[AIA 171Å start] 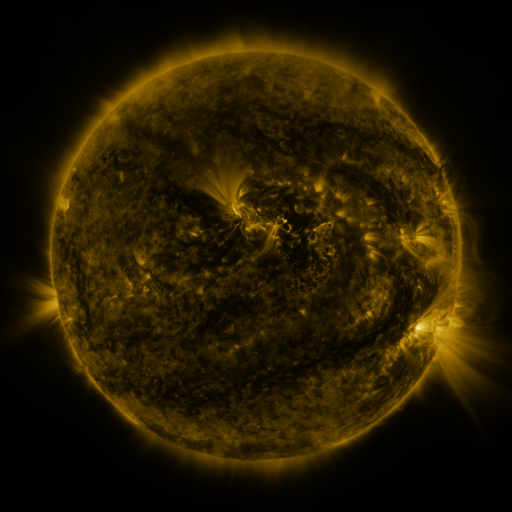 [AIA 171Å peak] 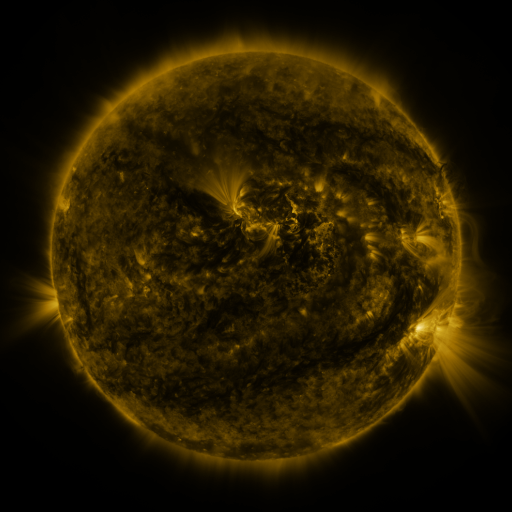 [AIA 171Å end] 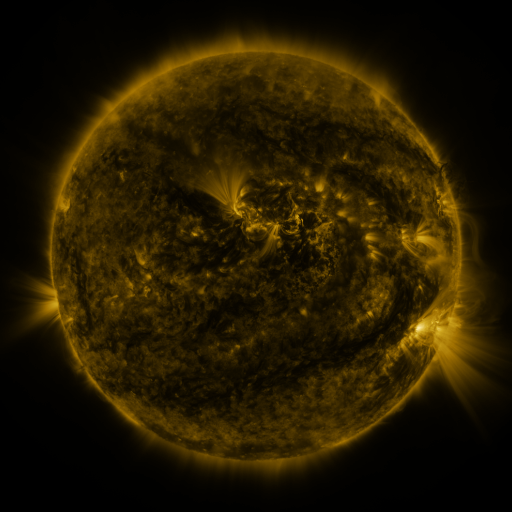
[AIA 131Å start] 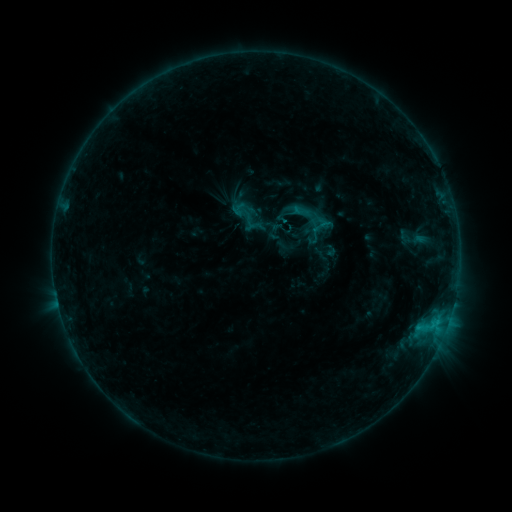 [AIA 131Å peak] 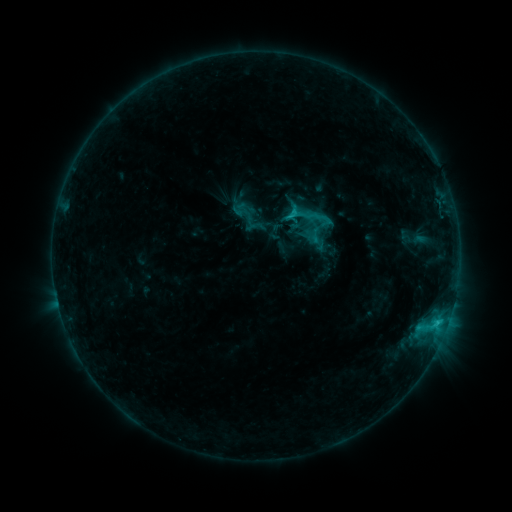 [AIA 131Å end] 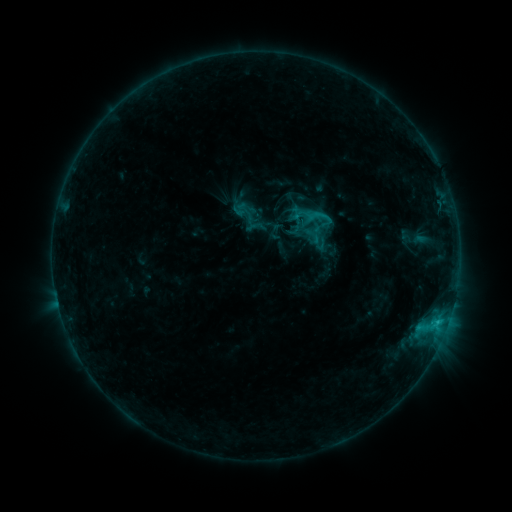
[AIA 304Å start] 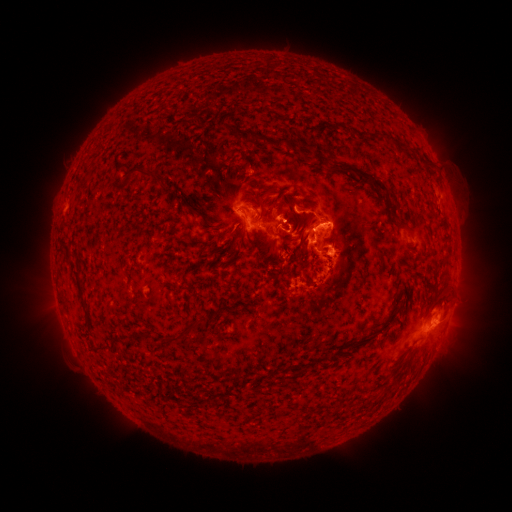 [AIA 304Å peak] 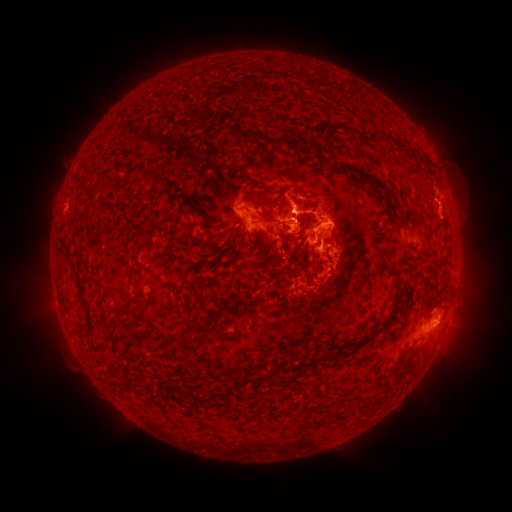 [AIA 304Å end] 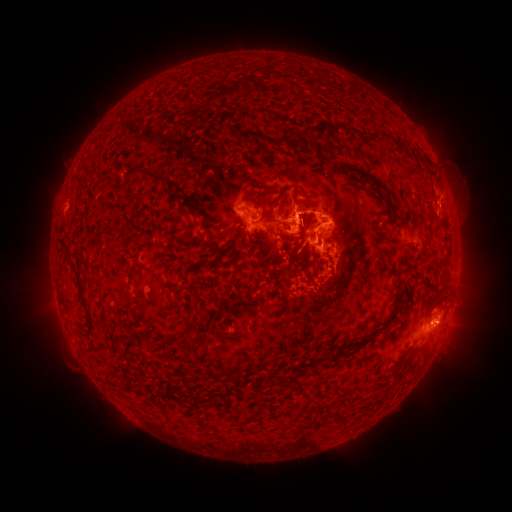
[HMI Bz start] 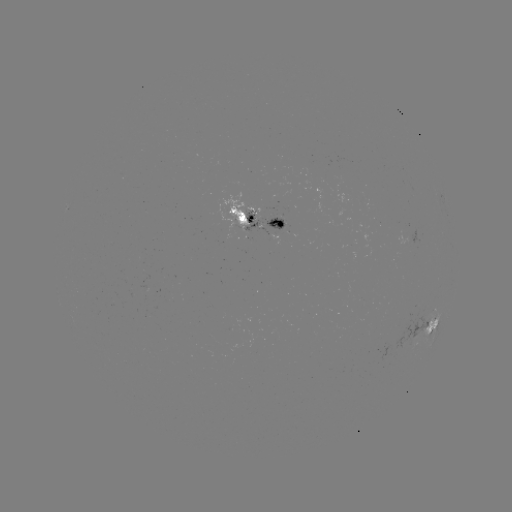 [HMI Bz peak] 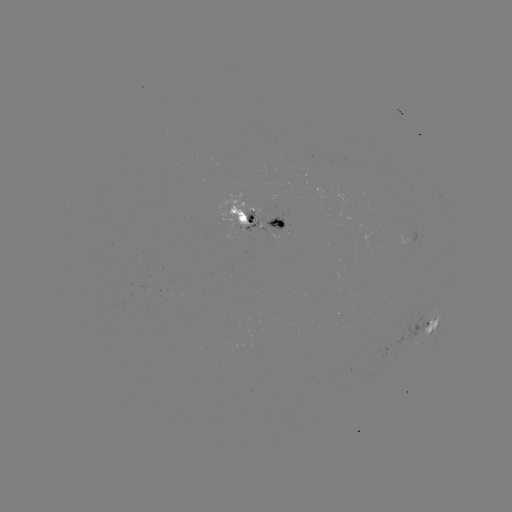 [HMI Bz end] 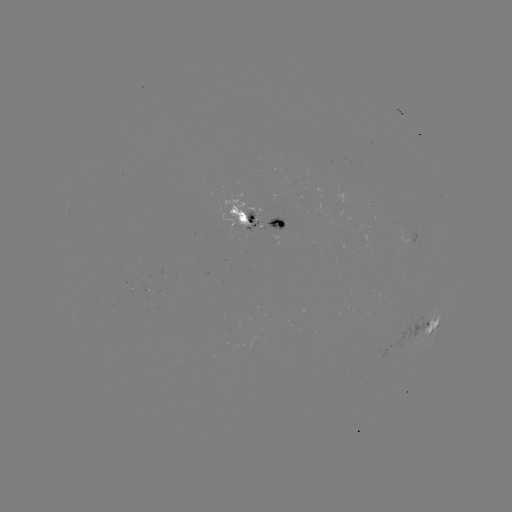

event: eruption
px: (292, 210)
